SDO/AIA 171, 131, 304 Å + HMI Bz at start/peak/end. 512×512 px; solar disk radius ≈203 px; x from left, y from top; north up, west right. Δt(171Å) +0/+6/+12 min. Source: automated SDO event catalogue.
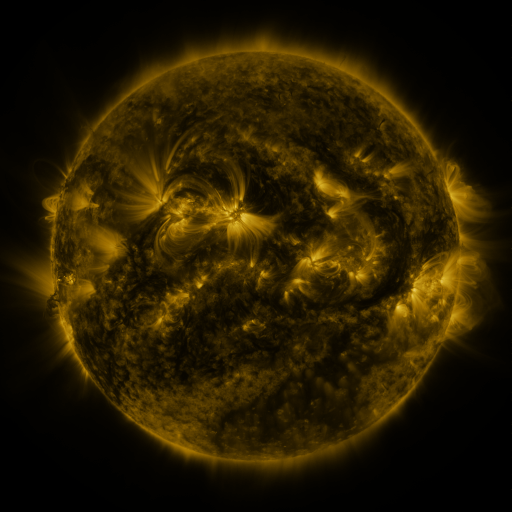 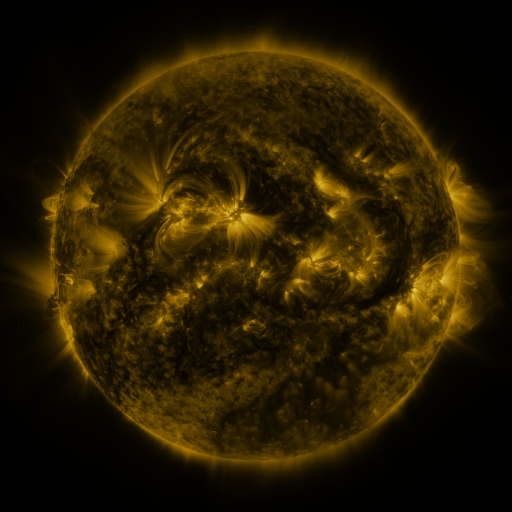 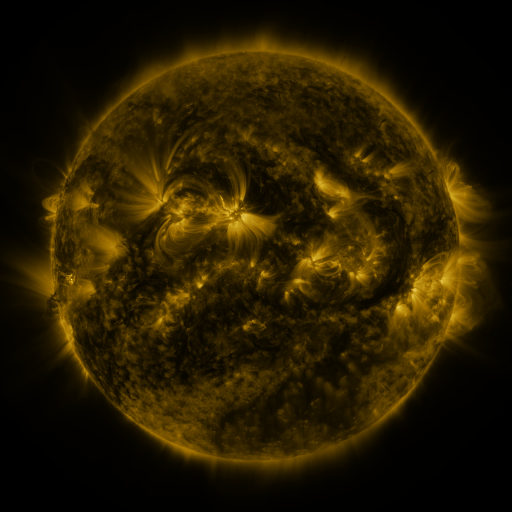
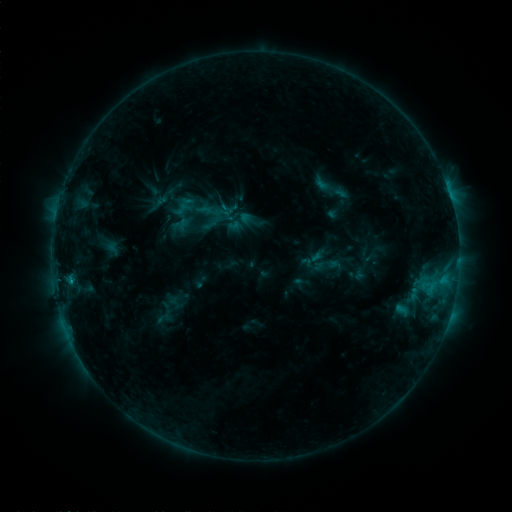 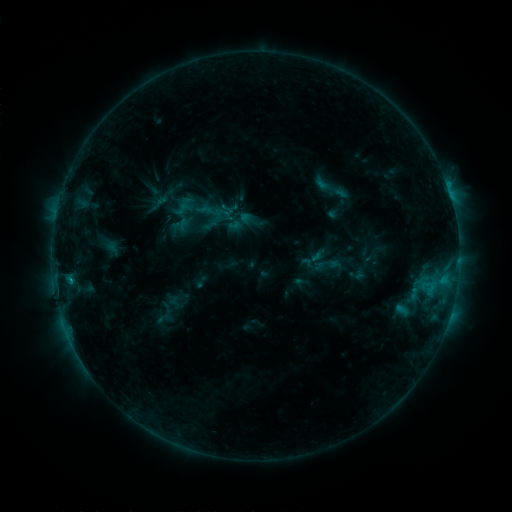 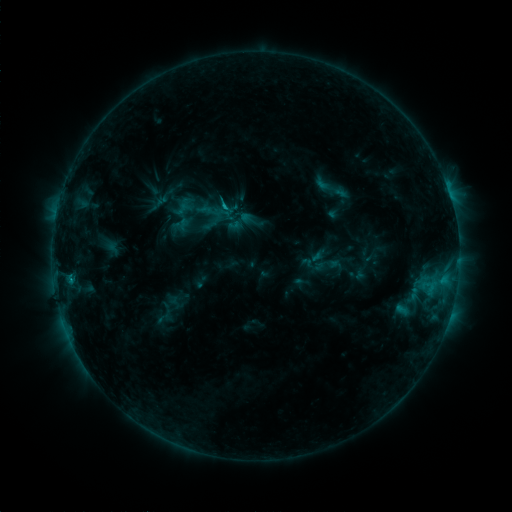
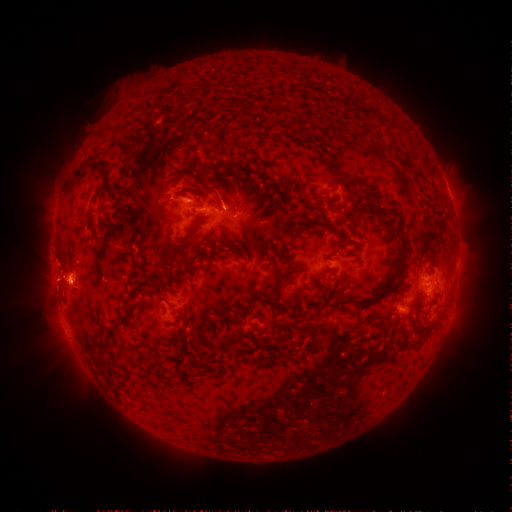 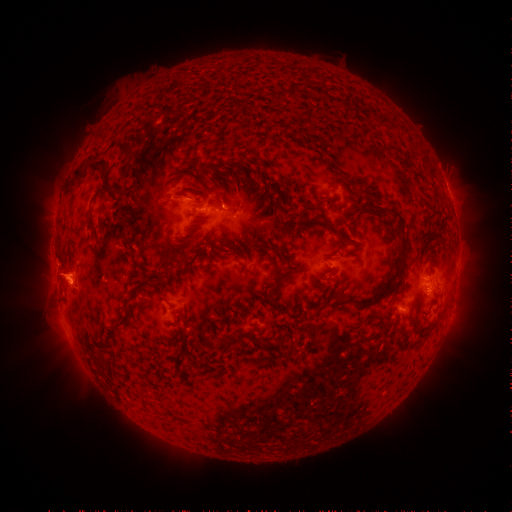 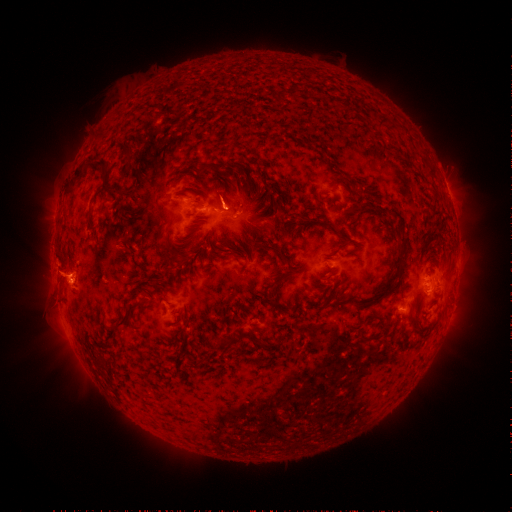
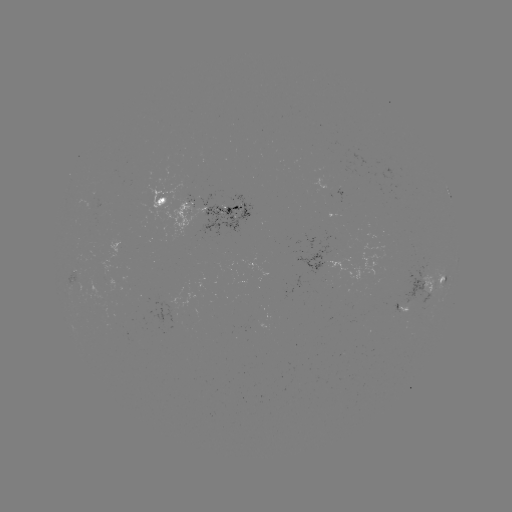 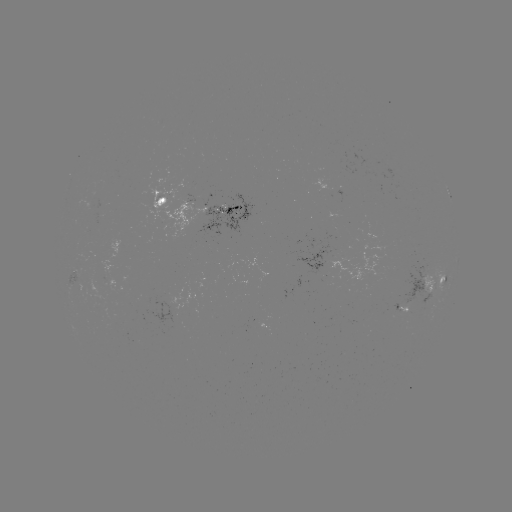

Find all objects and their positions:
eruption: (63, 274)
